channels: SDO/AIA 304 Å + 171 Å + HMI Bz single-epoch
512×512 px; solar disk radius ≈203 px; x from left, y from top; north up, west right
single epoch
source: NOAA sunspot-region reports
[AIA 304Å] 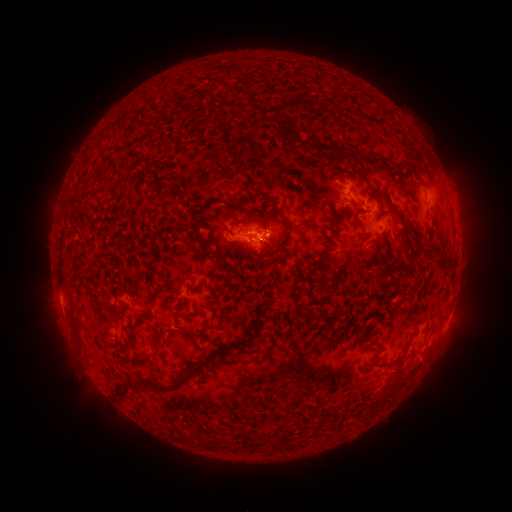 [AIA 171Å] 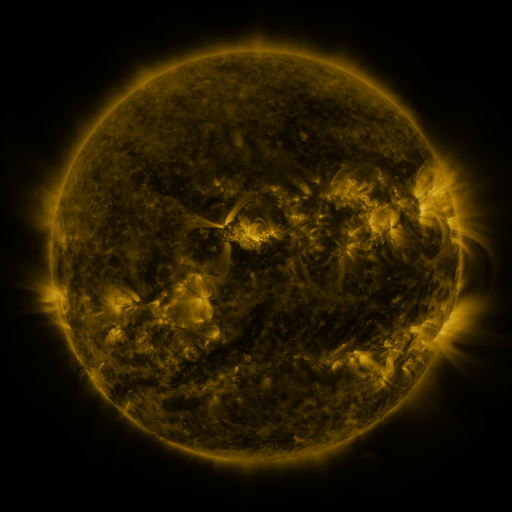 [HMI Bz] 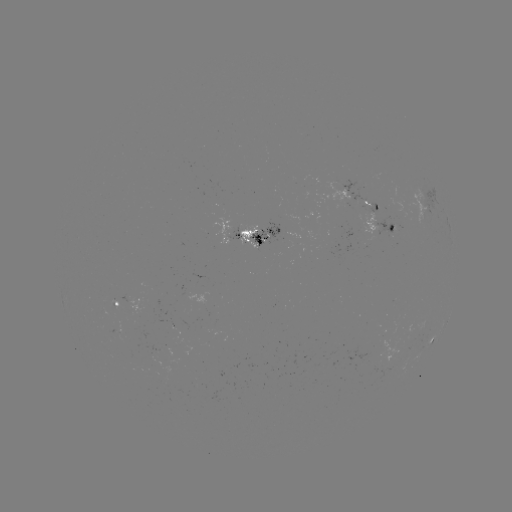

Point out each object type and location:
spotted active region: (346, 195)
spotted active region: (382, 225)
spotted active region: (252, 231)
spotted active region: (115, 289)
spotted active region: (429, 341)
